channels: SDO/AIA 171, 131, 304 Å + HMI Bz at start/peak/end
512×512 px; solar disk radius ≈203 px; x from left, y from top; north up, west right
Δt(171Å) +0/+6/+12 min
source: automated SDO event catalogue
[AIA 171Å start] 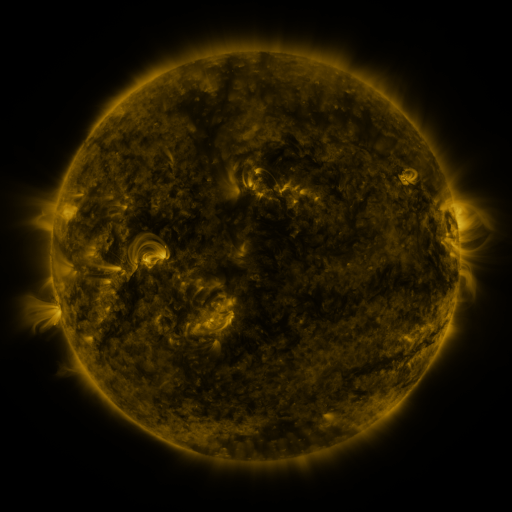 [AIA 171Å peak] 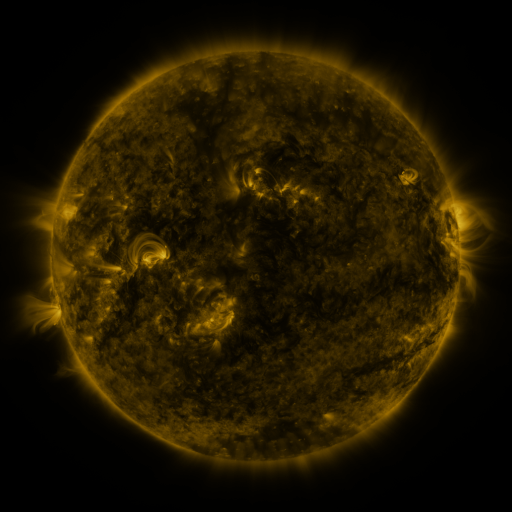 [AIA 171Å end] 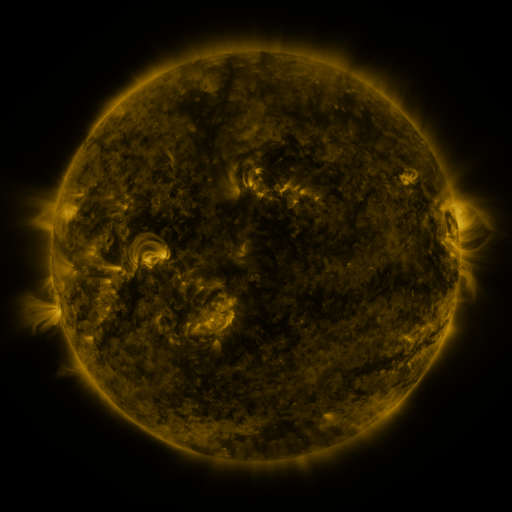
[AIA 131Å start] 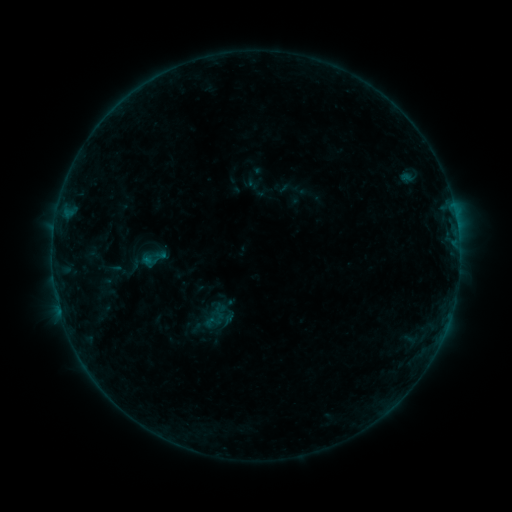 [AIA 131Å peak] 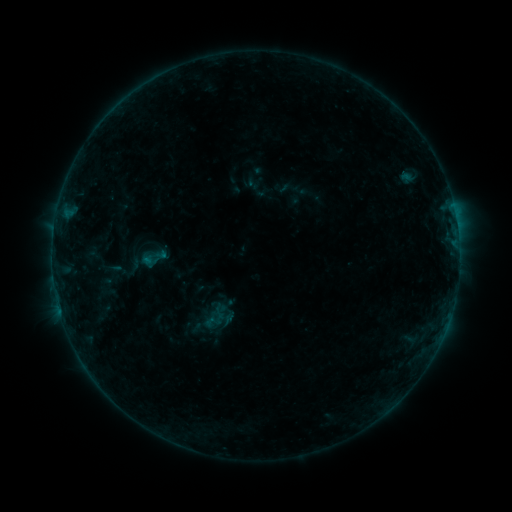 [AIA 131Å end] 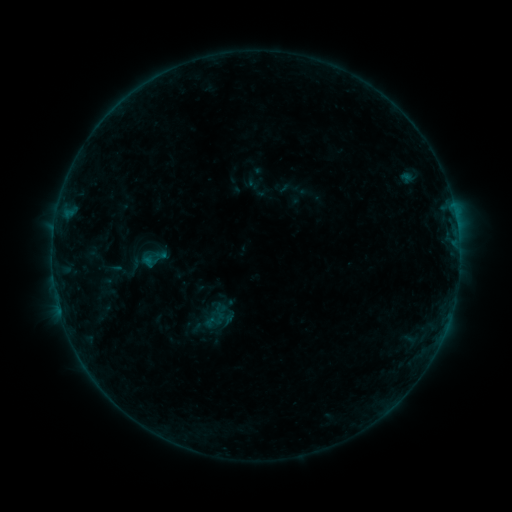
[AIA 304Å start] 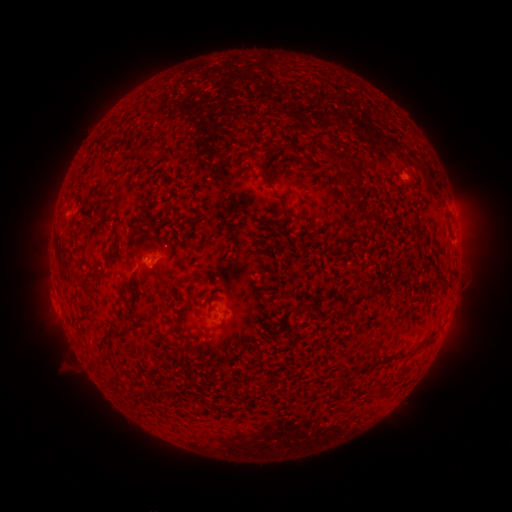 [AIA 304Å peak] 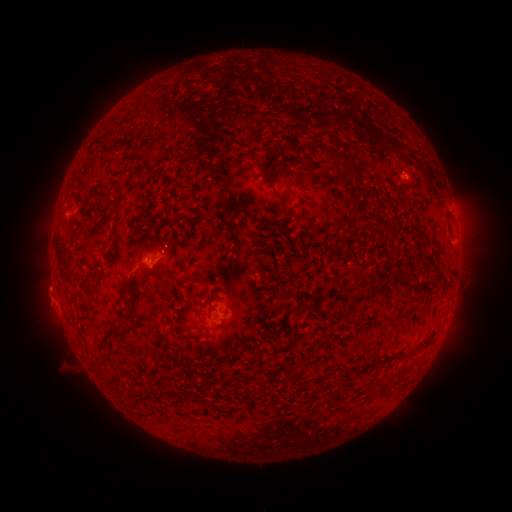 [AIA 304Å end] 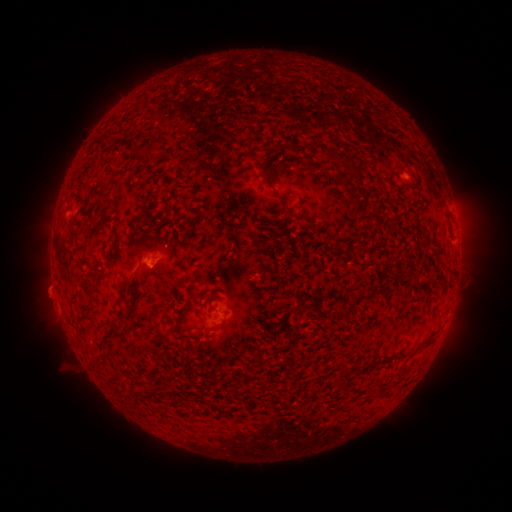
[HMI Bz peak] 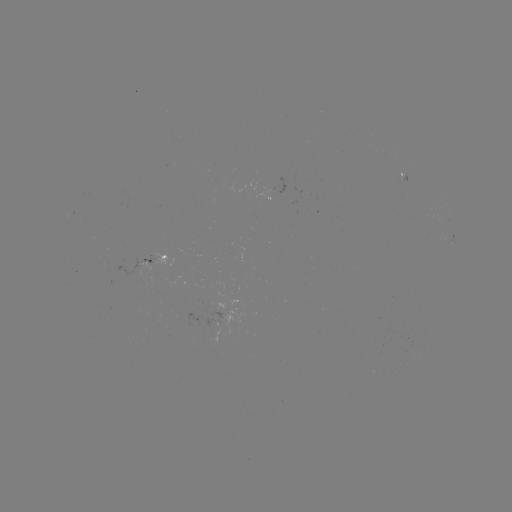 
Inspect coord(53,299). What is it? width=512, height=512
eruption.